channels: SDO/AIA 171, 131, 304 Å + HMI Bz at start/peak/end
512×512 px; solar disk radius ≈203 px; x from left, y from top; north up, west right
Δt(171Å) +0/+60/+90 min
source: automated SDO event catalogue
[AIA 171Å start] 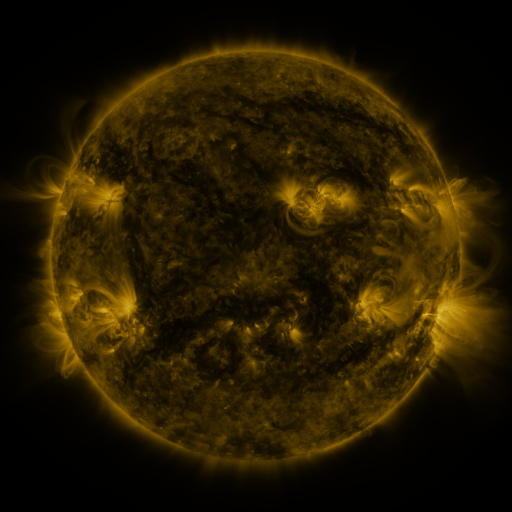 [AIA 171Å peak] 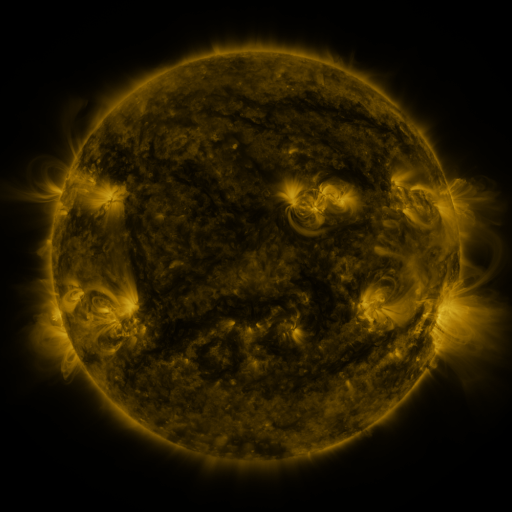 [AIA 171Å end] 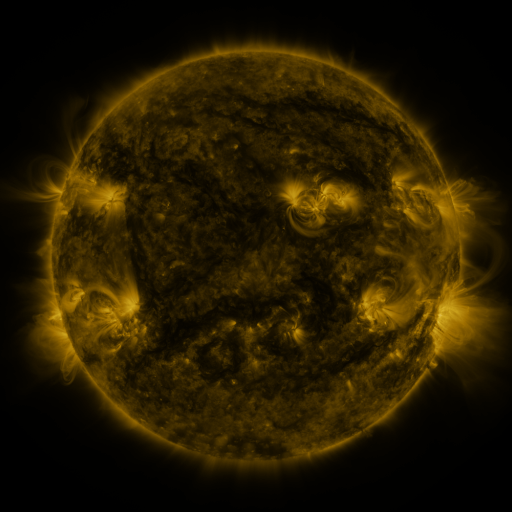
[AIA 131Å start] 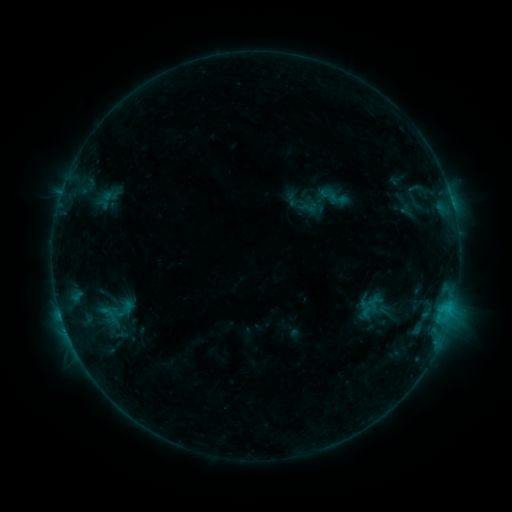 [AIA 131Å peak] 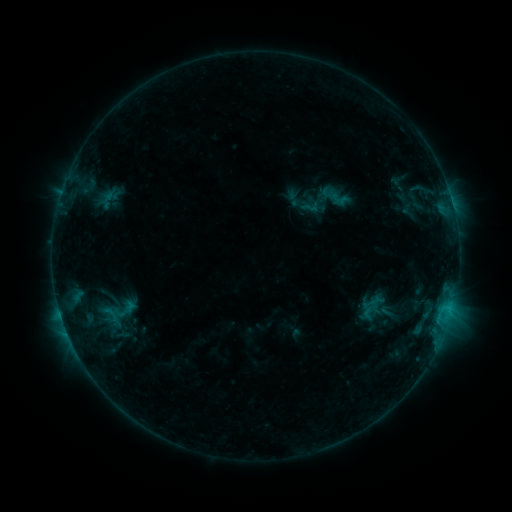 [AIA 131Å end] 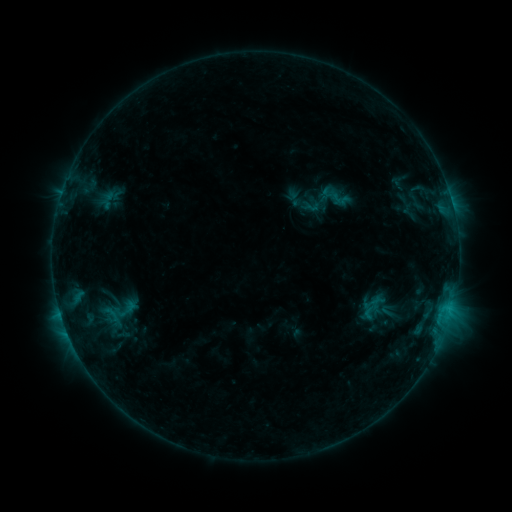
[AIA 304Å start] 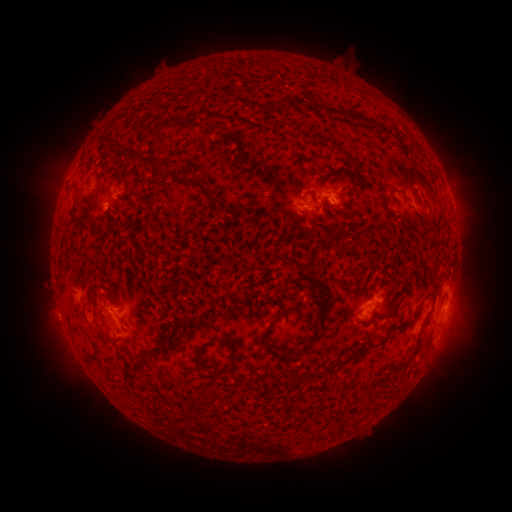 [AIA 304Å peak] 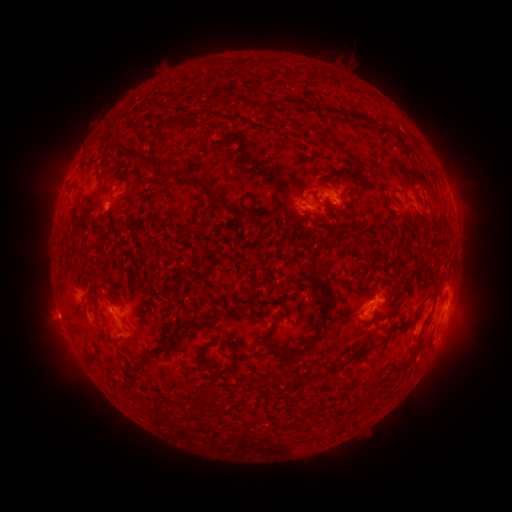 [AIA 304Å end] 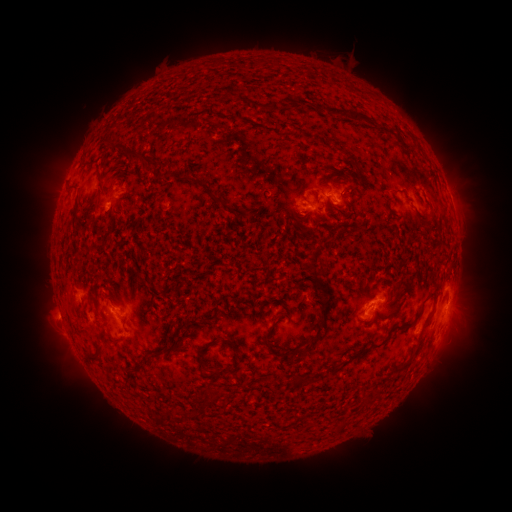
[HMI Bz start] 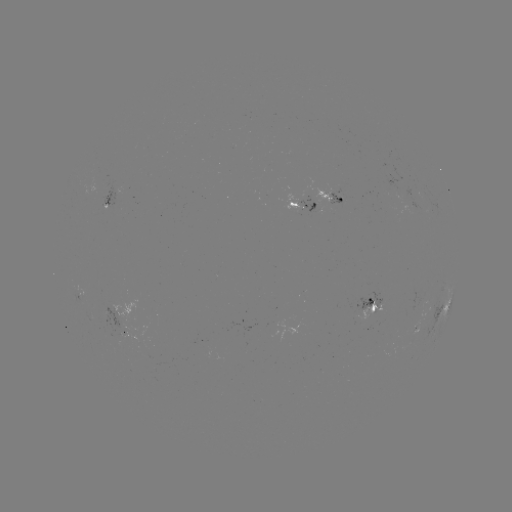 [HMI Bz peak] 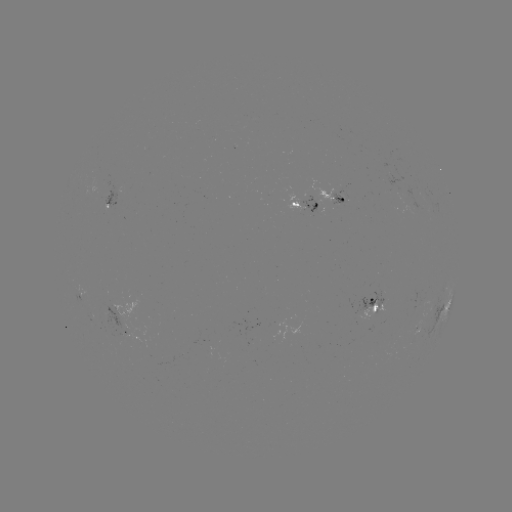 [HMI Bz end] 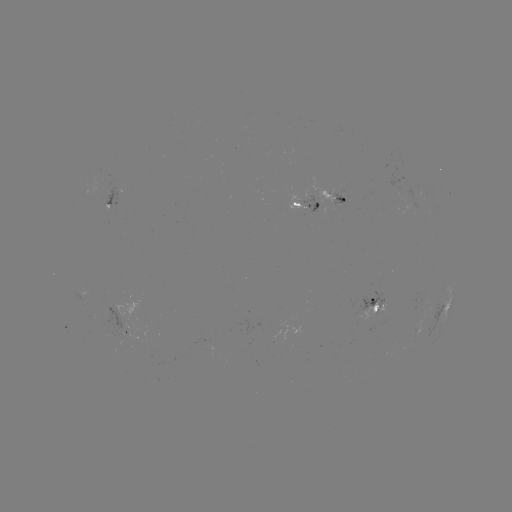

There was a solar emerging-flux region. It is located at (117, 192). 